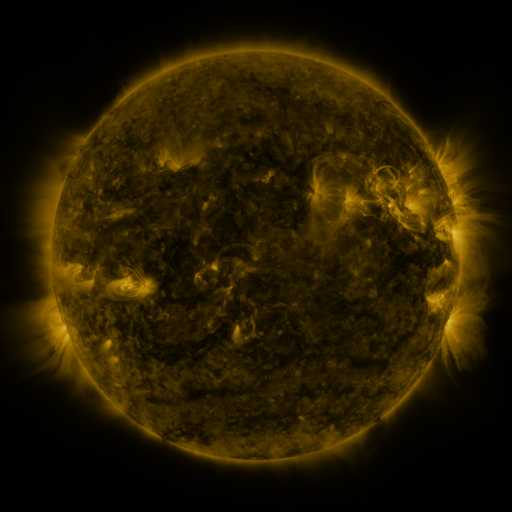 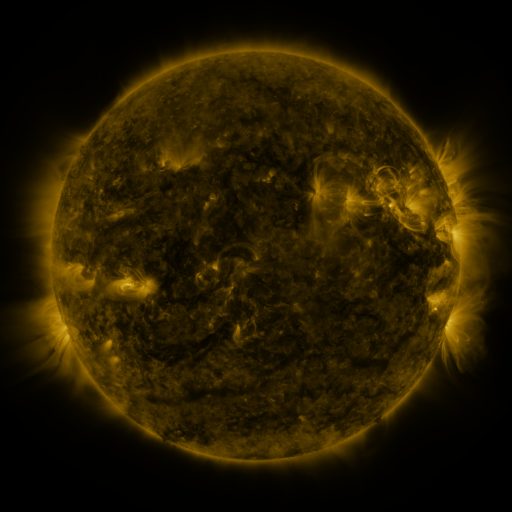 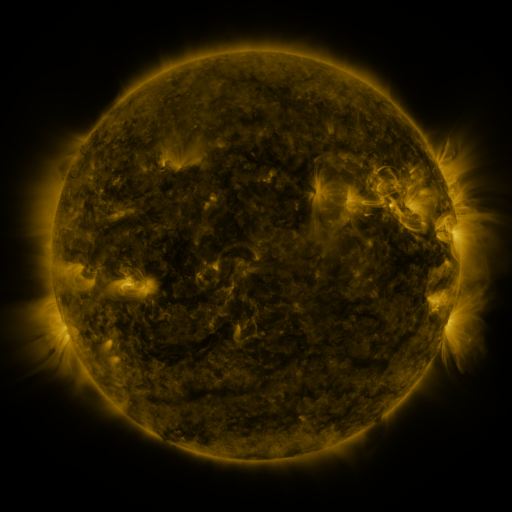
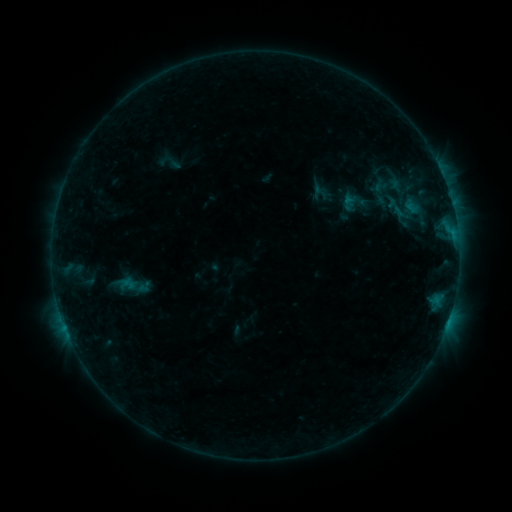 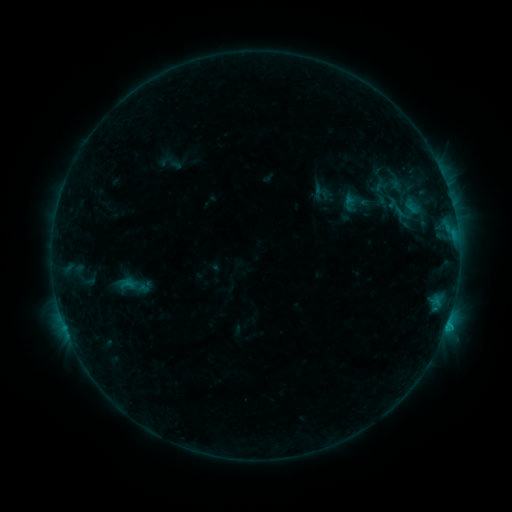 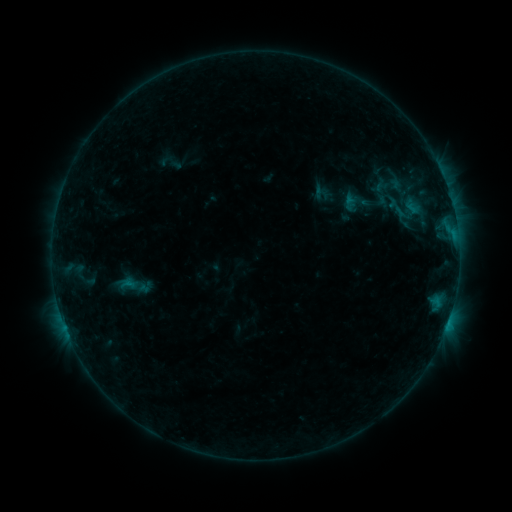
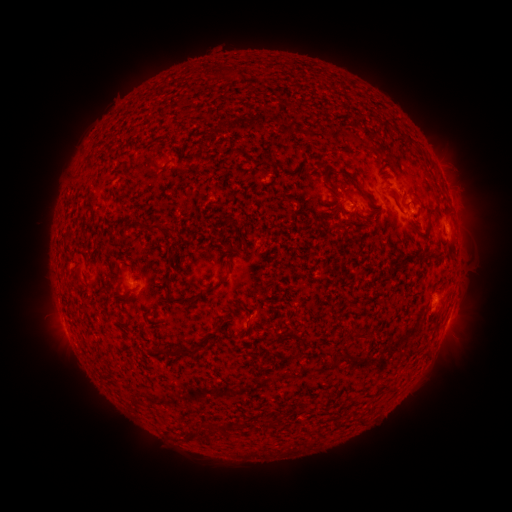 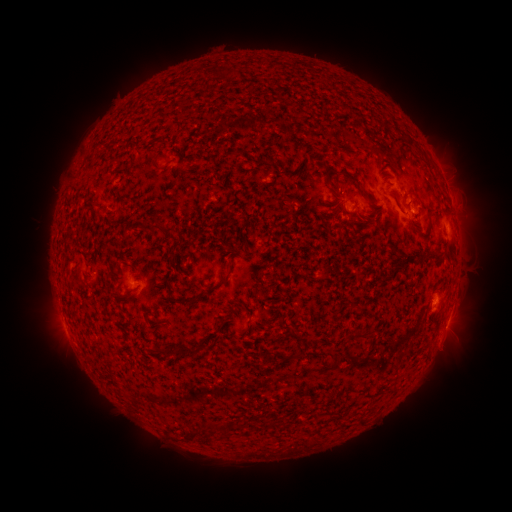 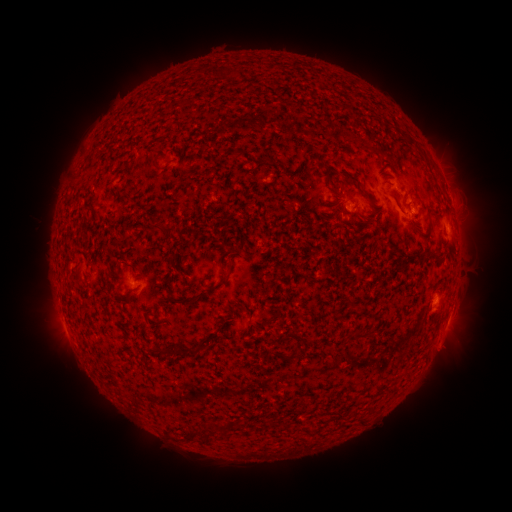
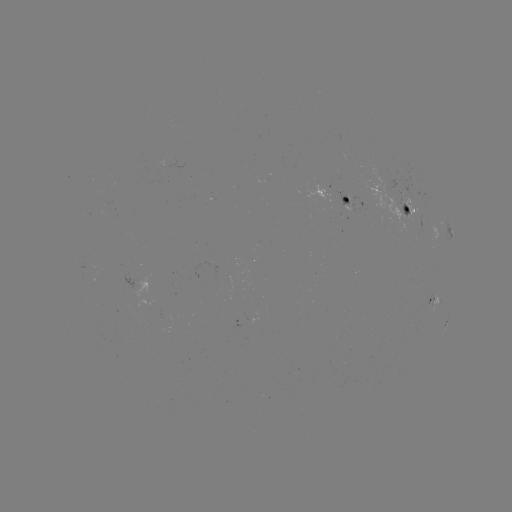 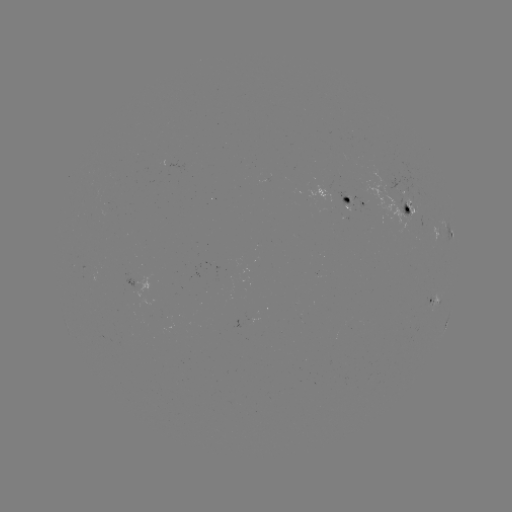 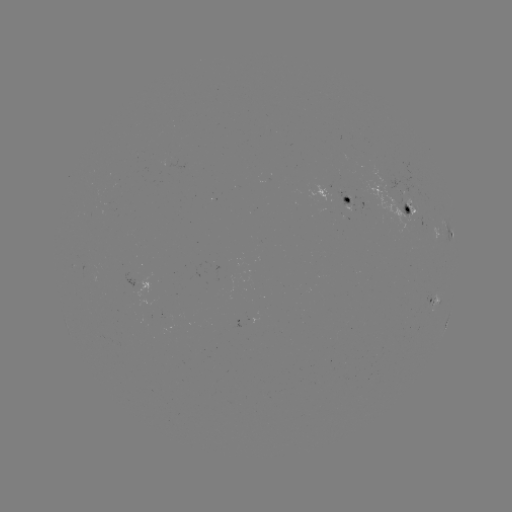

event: flare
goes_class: B6.3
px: (446, 323)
